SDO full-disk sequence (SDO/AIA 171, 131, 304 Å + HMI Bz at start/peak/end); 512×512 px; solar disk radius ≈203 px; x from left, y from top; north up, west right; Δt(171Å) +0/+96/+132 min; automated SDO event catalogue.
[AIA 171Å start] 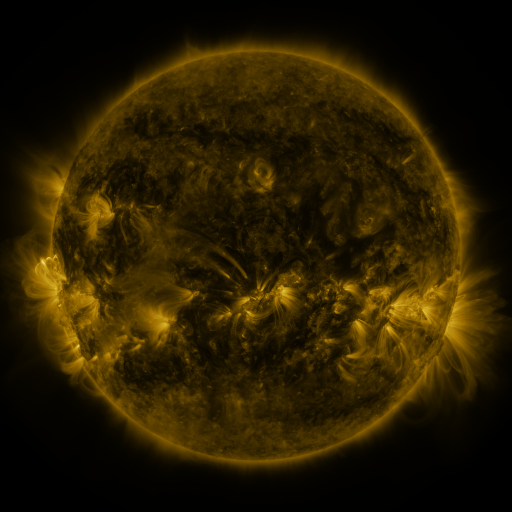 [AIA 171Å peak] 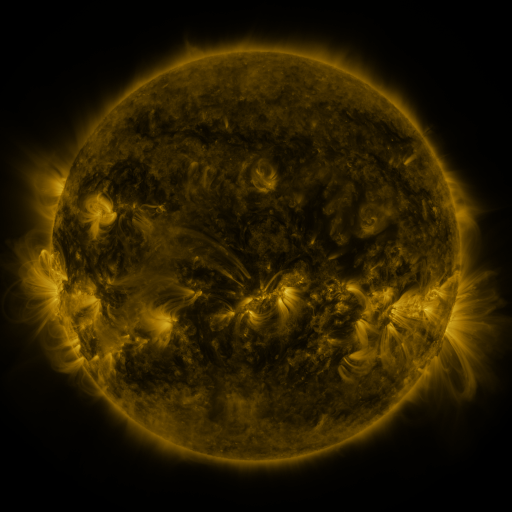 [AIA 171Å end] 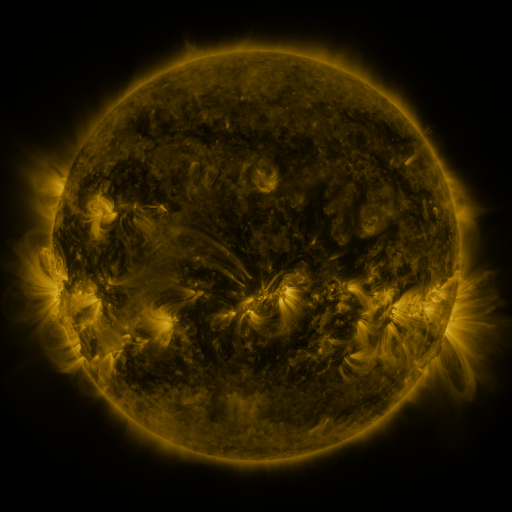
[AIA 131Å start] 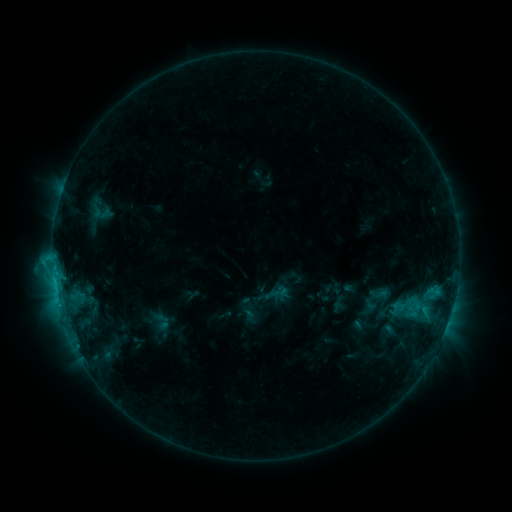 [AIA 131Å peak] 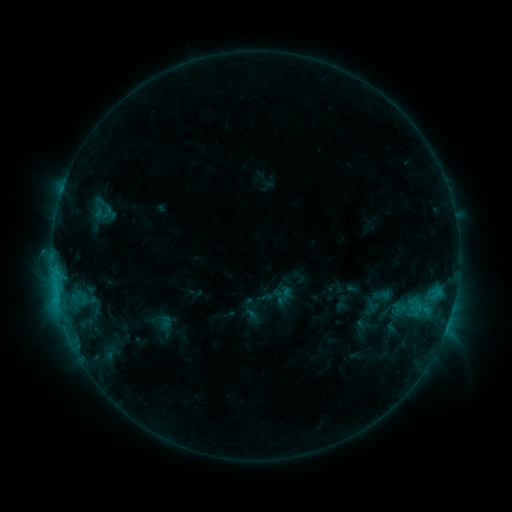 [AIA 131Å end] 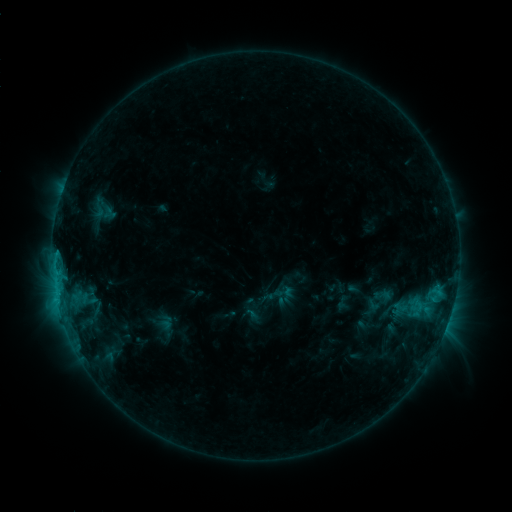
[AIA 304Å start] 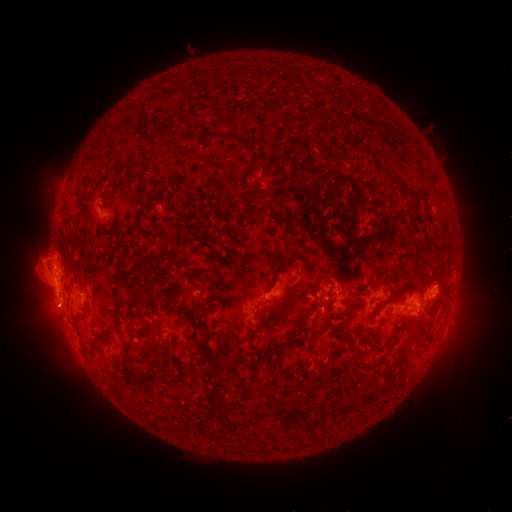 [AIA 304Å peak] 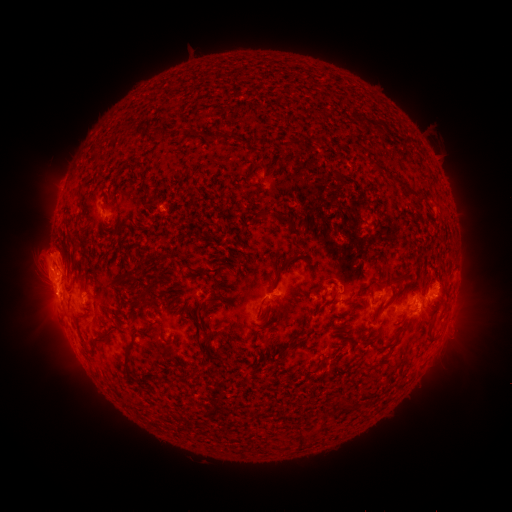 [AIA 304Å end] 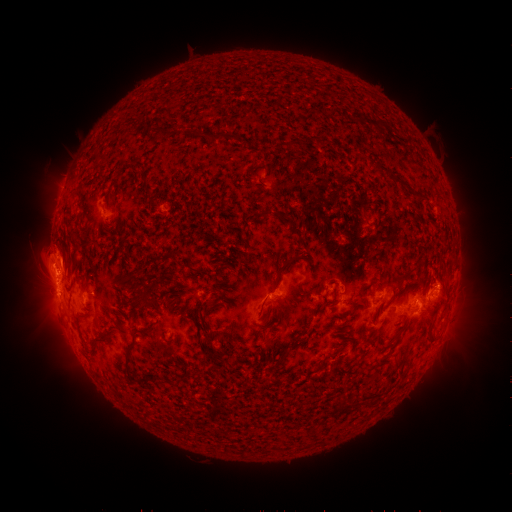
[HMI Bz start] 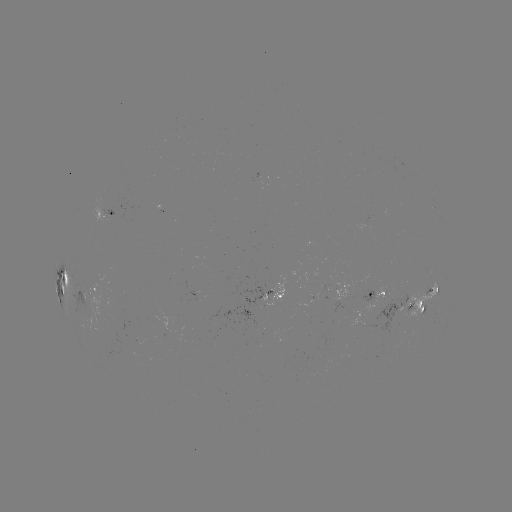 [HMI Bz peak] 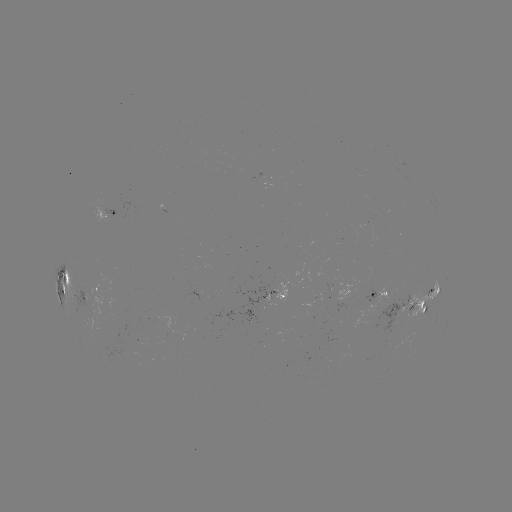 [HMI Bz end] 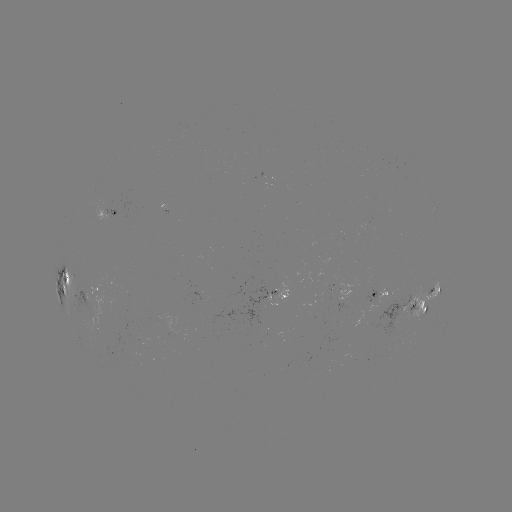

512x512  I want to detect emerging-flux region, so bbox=[377, 357, 384, 371].